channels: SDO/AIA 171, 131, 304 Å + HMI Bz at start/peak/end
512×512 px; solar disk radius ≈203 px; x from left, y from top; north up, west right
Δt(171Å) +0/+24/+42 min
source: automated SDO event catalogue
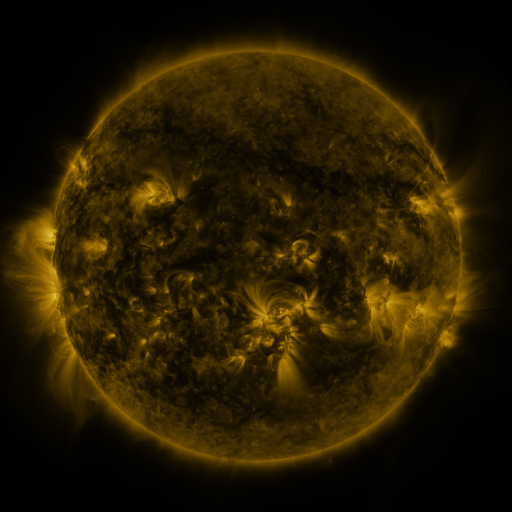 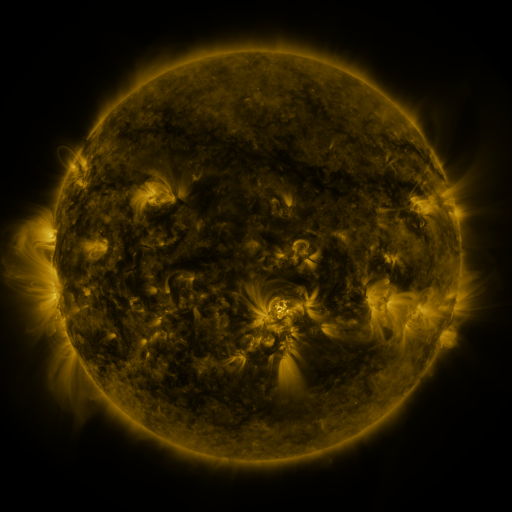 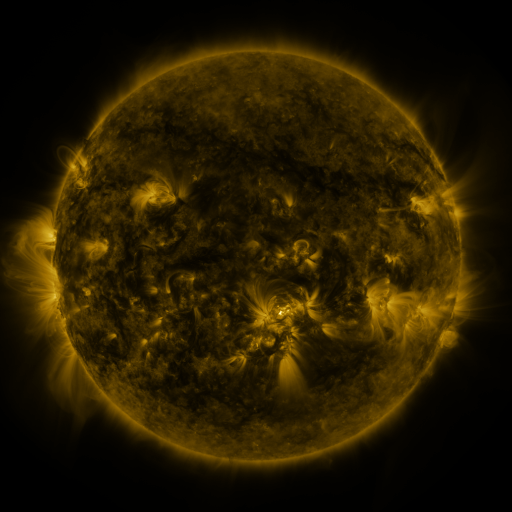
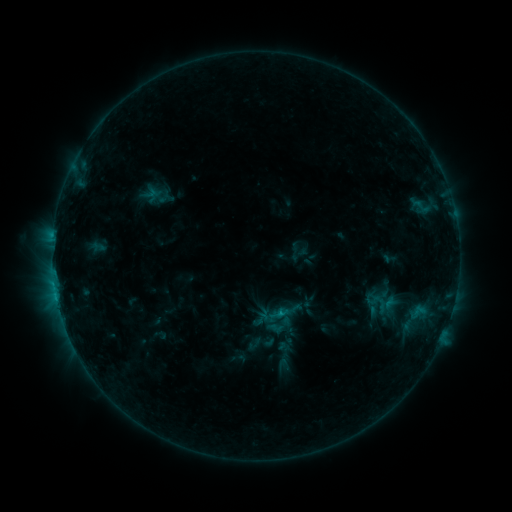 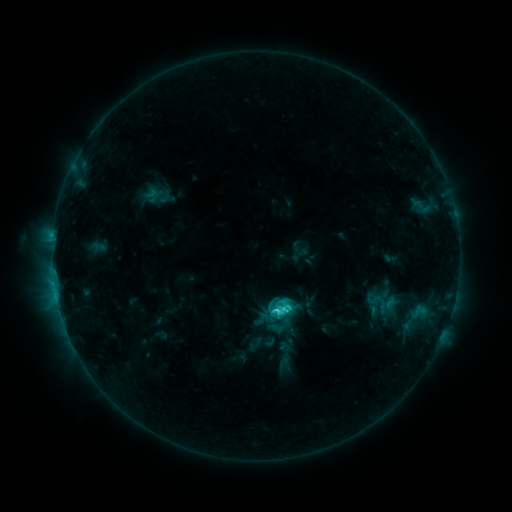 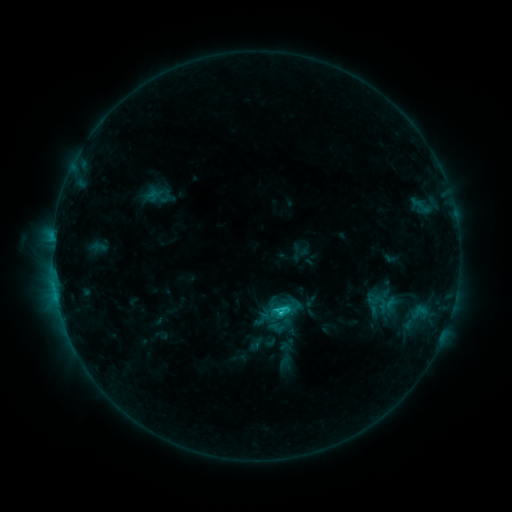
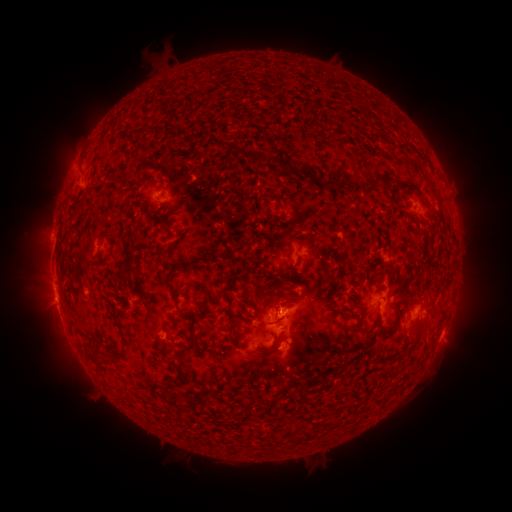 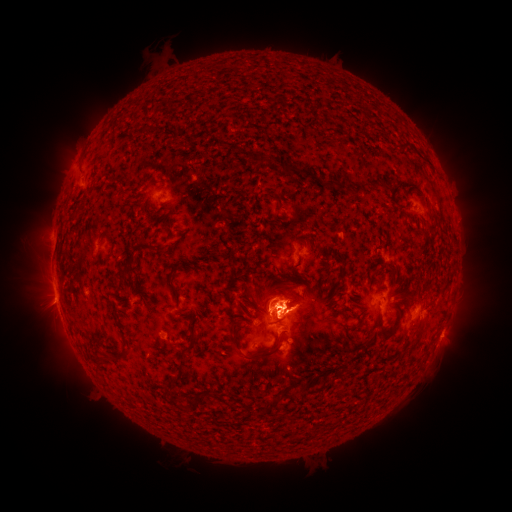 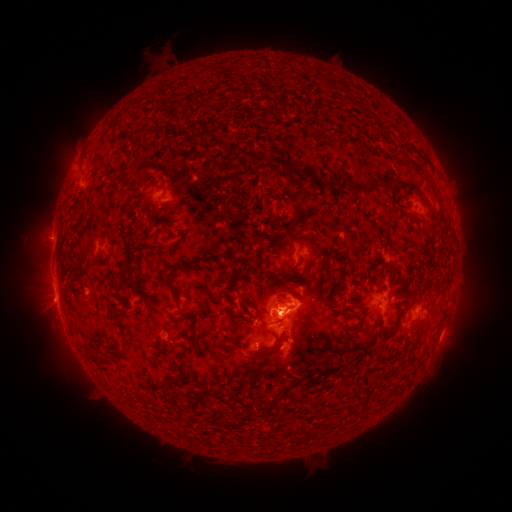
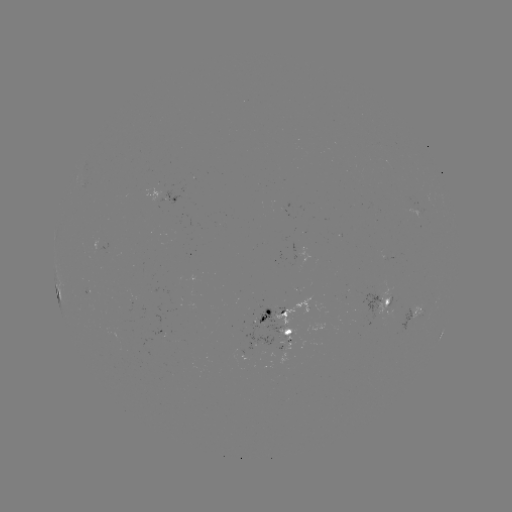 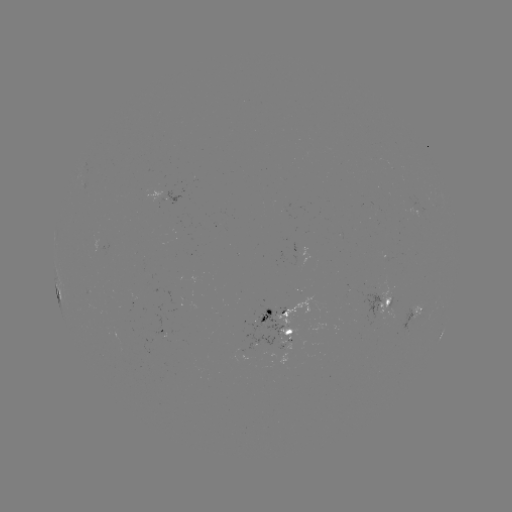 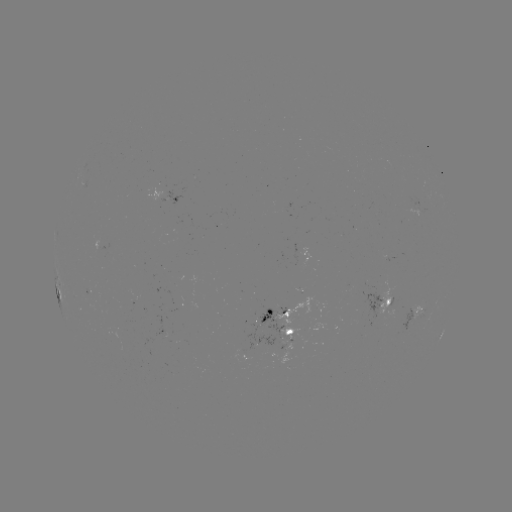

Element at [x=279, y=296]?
eruption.